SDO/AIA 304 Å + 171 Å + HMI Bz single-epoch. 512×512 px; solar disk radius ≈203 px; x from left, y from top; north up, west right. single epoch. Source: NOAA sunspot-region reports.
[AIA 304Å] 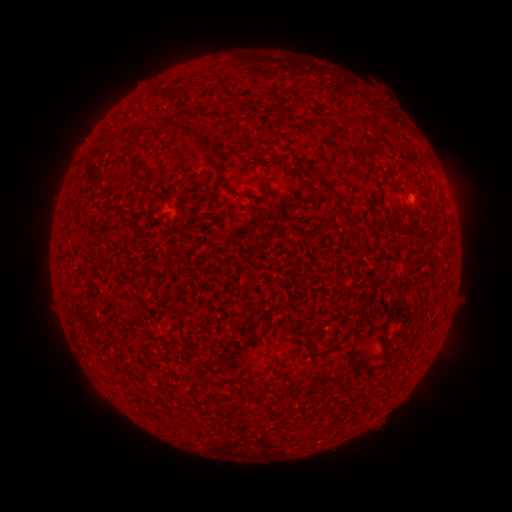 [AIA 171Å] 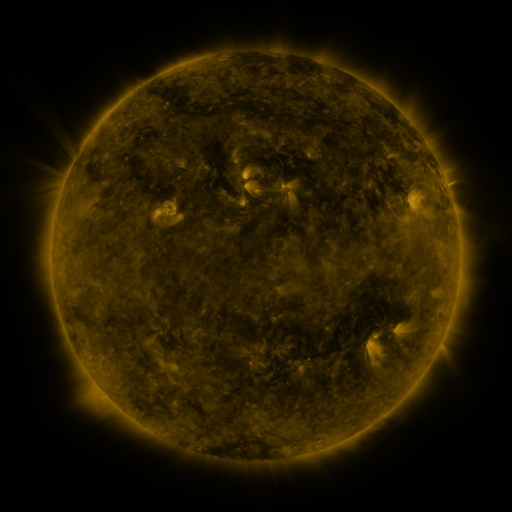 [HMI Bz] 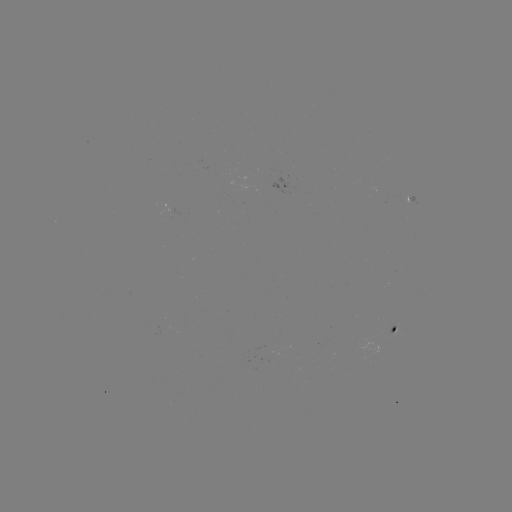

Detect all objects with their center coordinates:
spotted active region: (410, 200)
spotted active region: (394, 330)
